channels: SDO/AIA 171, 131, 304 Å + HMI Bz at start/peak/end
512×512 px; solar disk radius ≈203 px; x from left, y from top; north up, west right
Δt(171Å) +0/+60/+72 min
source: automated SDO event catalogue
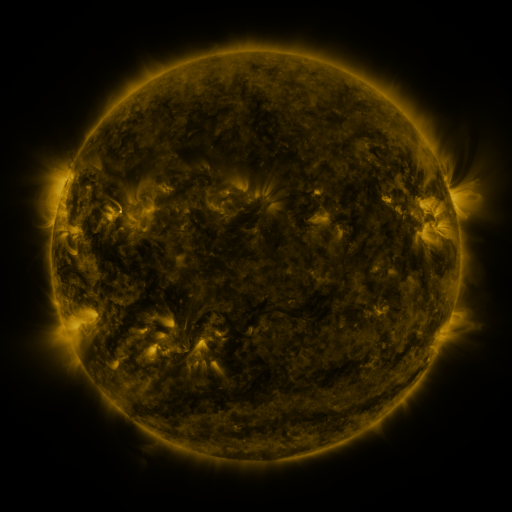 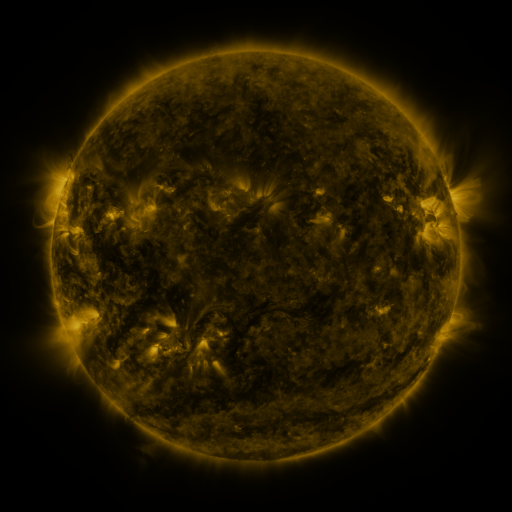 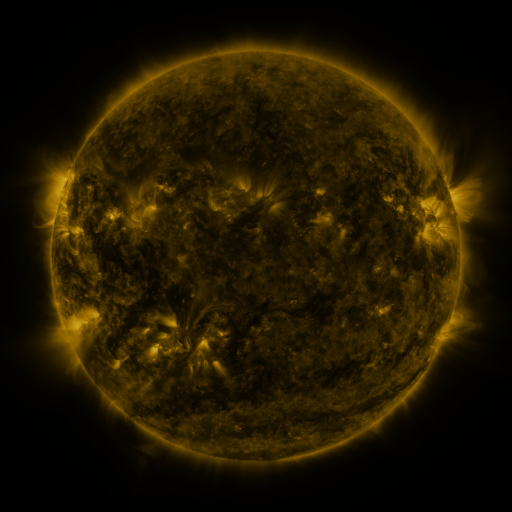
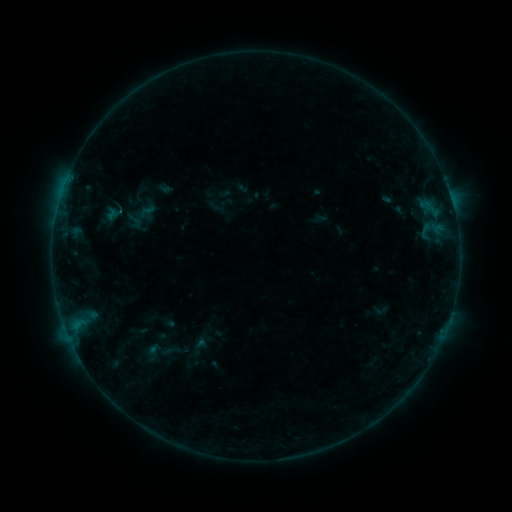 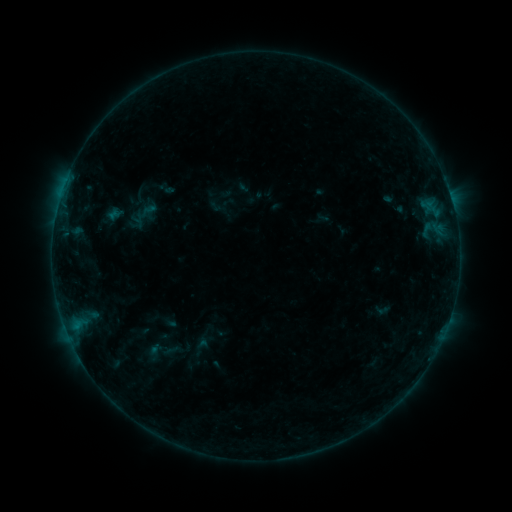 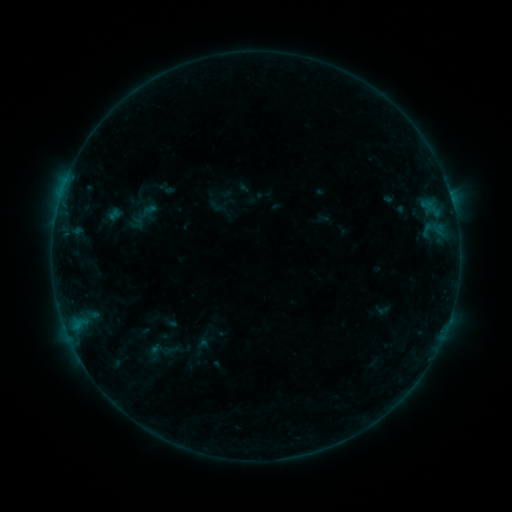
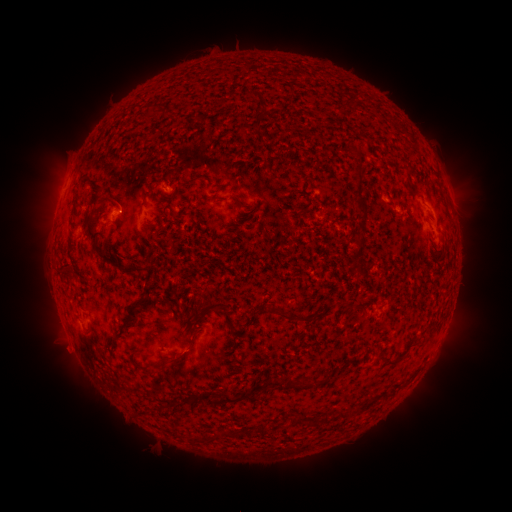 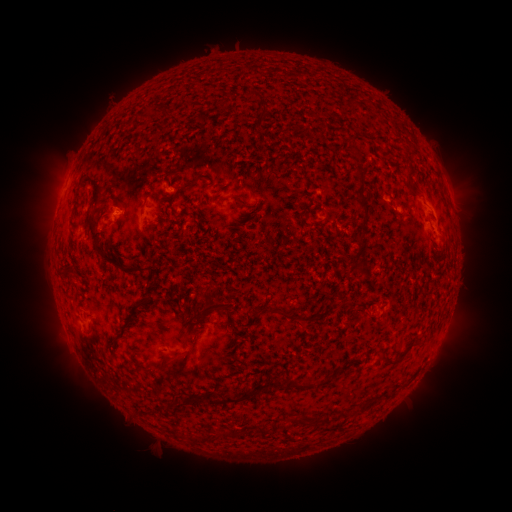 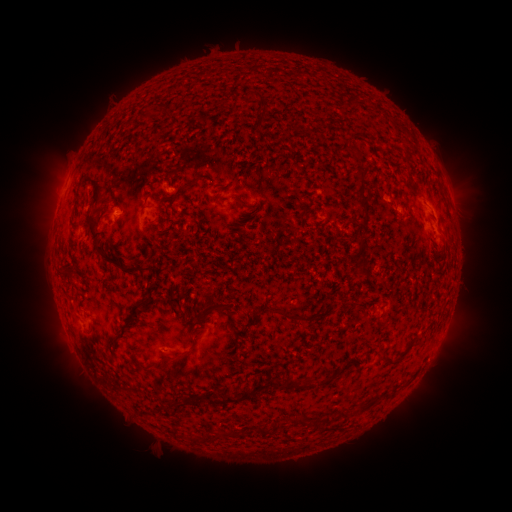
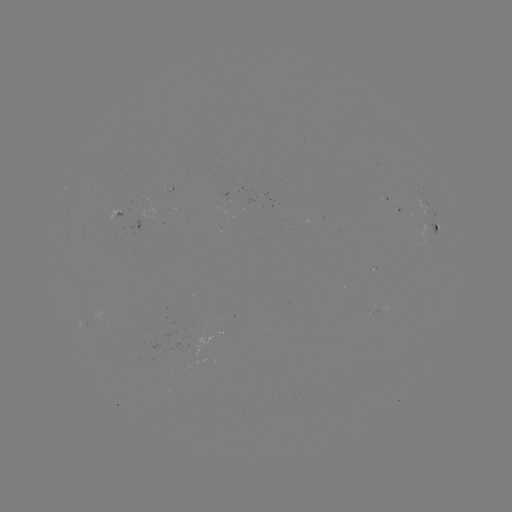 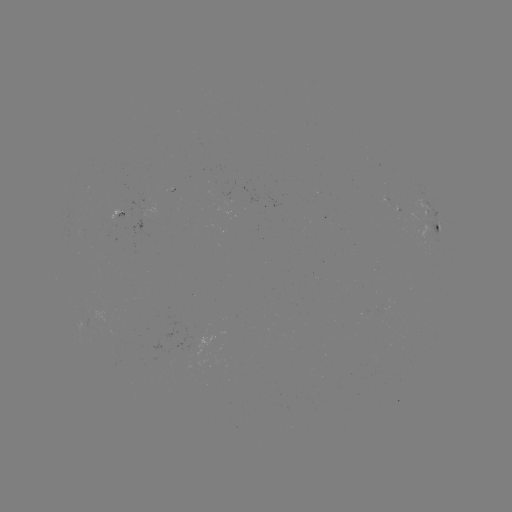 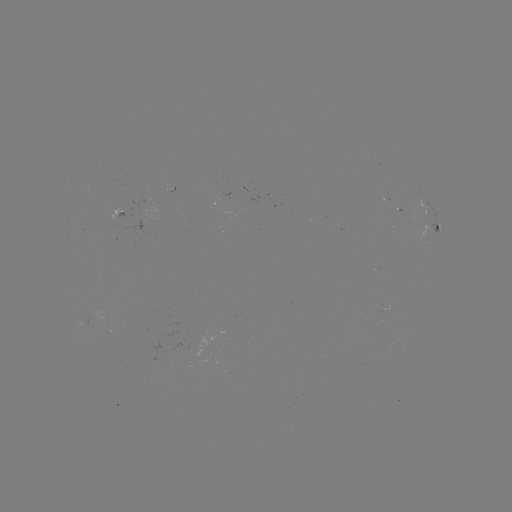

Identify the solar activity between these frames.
emerging-flux region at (401, 215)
